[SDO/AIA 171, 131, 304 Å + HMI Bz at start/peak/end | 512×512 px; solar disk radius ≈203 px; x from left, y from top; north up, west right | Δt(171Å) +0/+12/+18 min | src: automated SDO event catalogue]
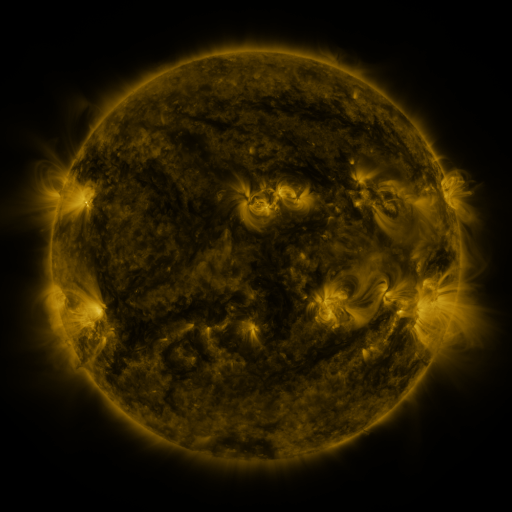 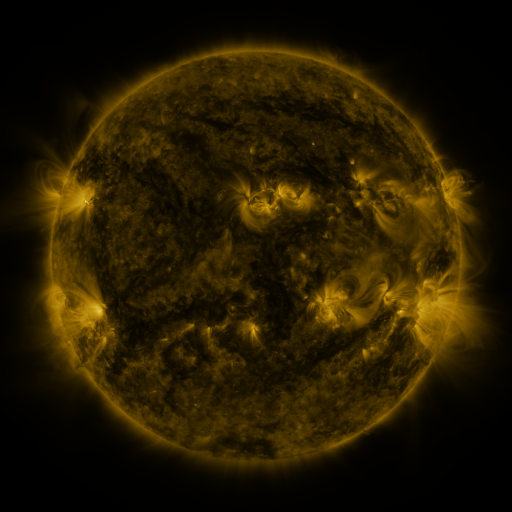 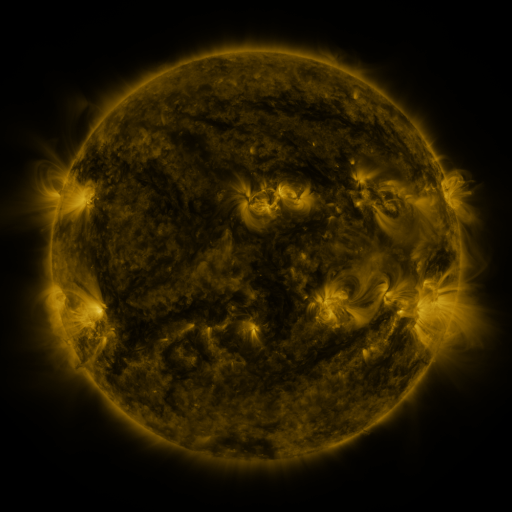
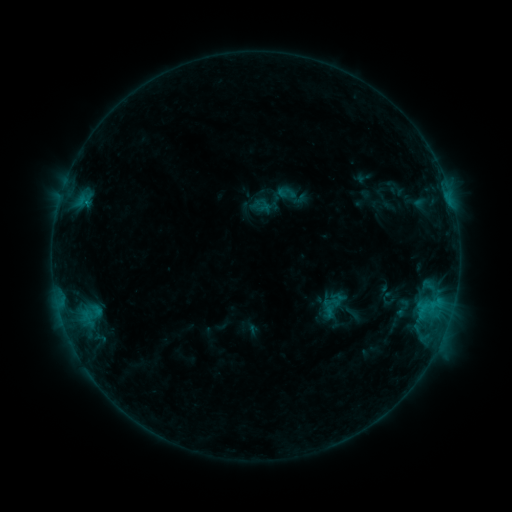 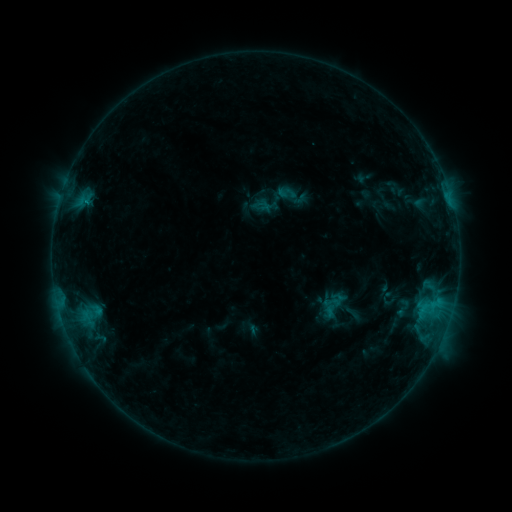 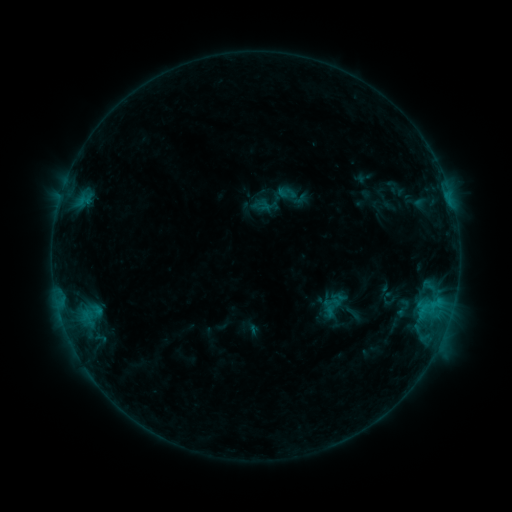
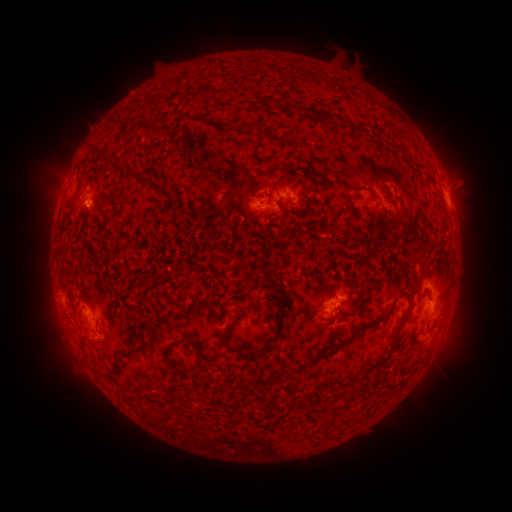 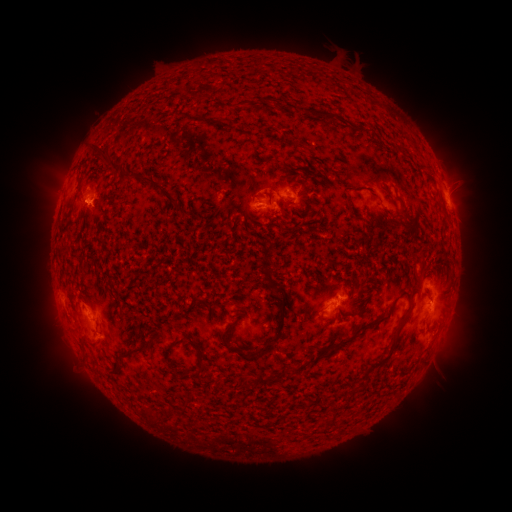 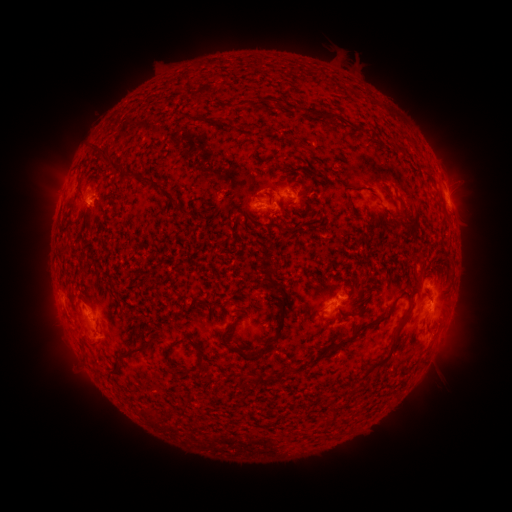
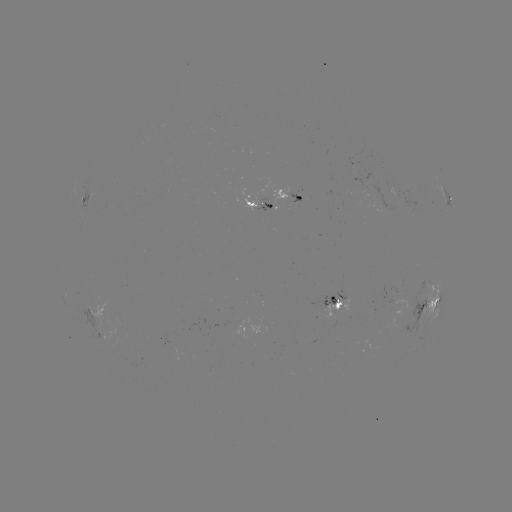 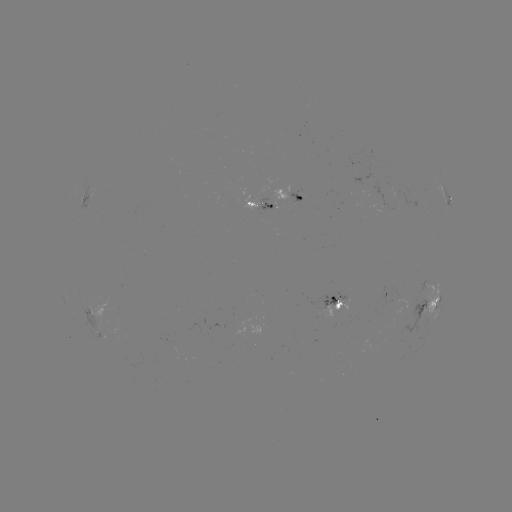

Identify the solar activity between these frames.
eruption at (94, 203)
